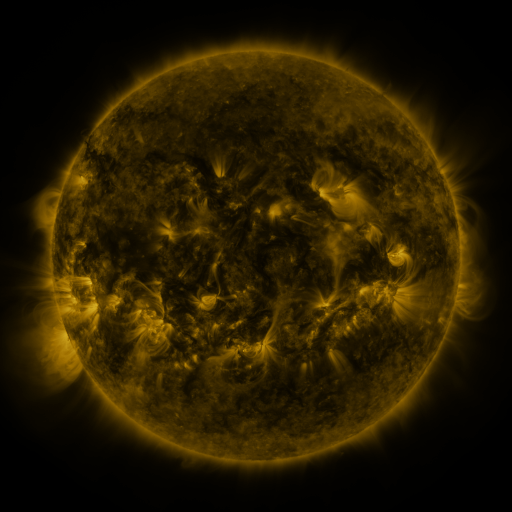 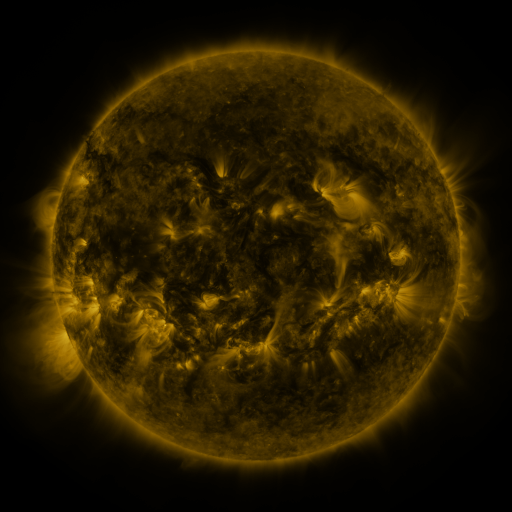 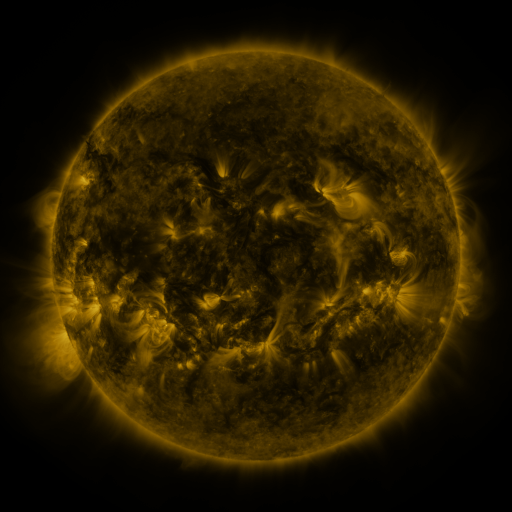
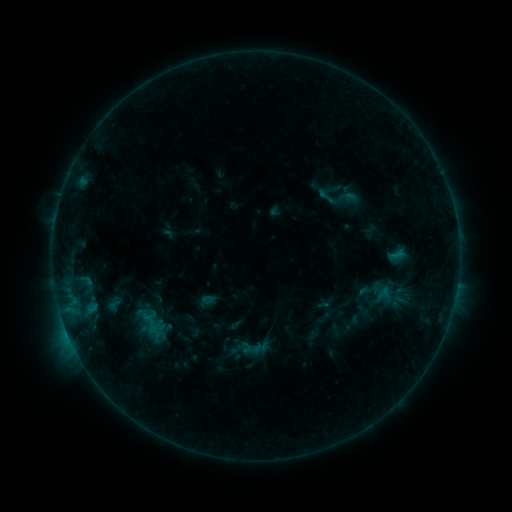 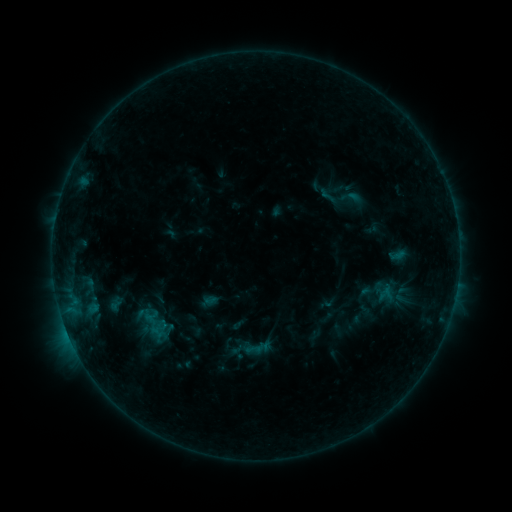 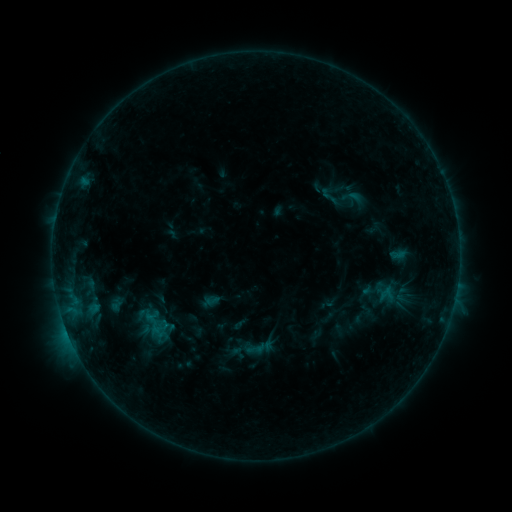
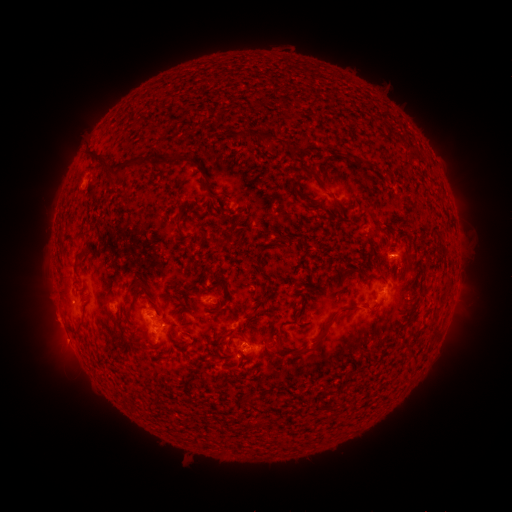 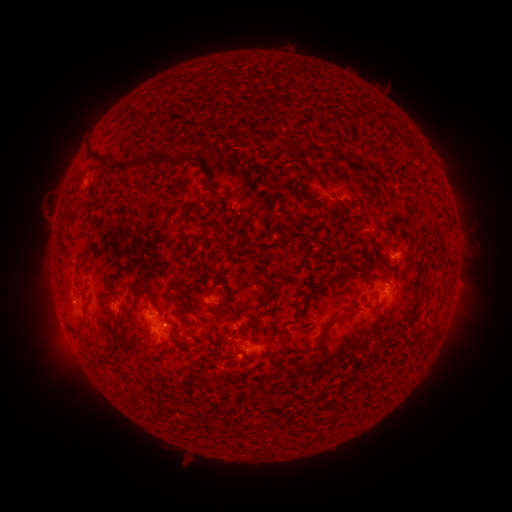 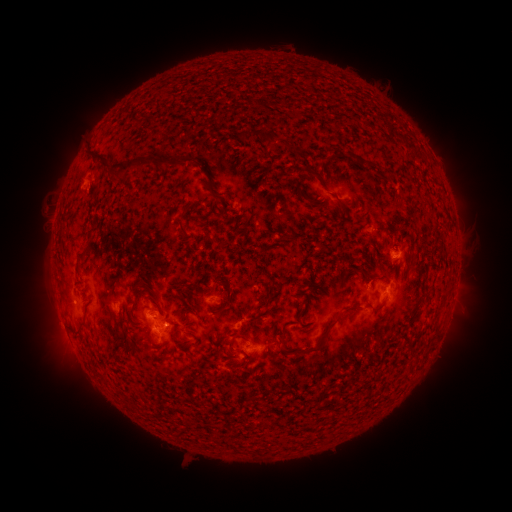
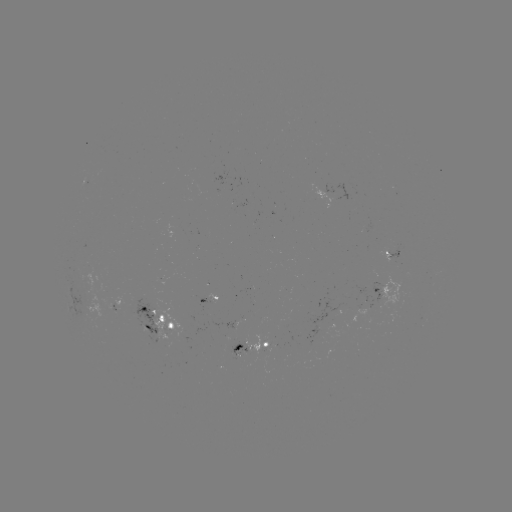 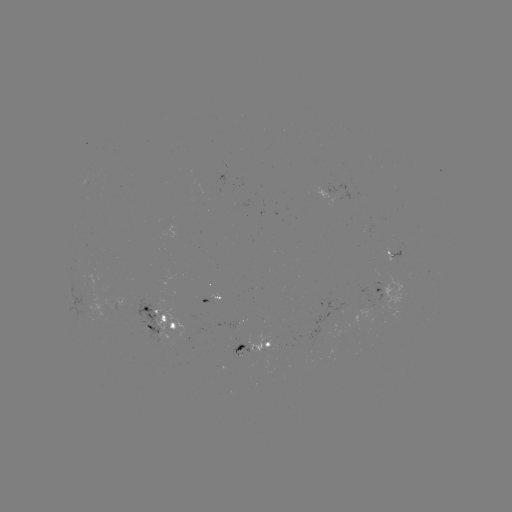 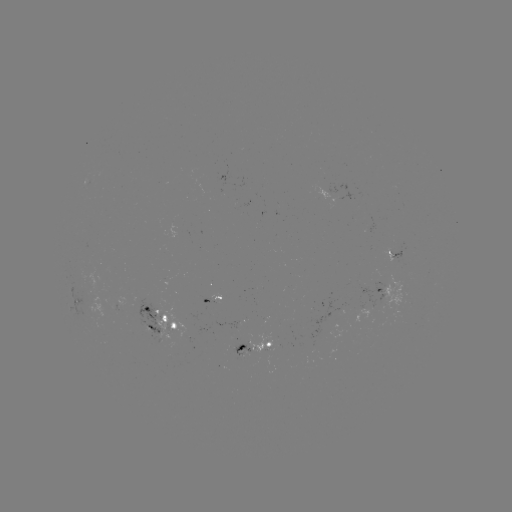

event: emerging-flux region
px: (267, 344)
